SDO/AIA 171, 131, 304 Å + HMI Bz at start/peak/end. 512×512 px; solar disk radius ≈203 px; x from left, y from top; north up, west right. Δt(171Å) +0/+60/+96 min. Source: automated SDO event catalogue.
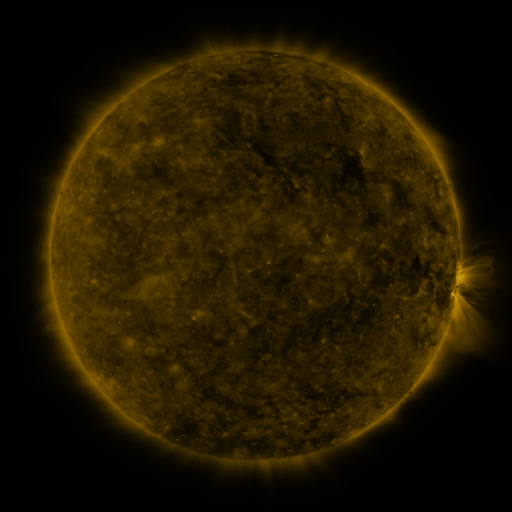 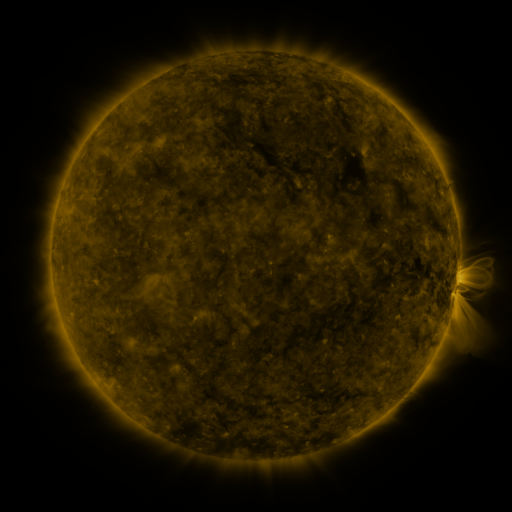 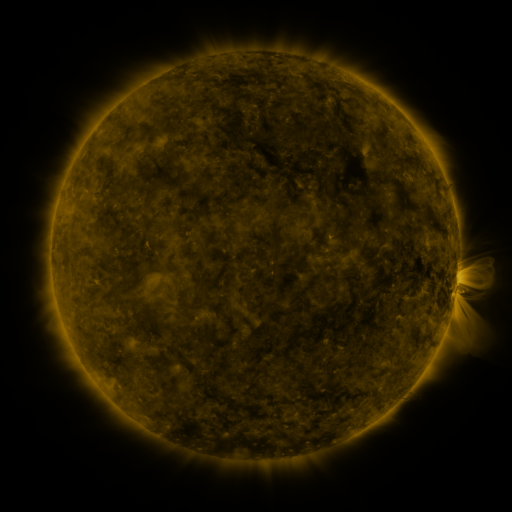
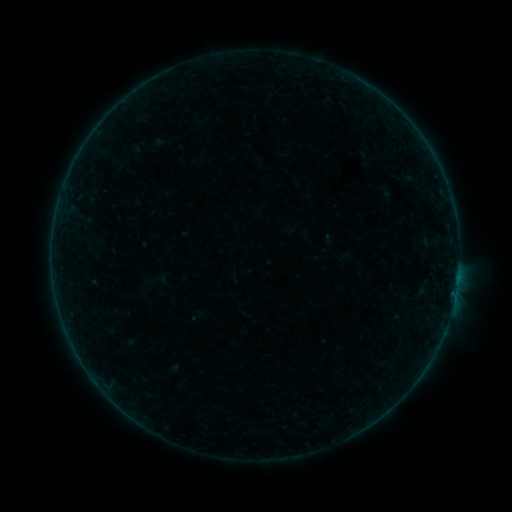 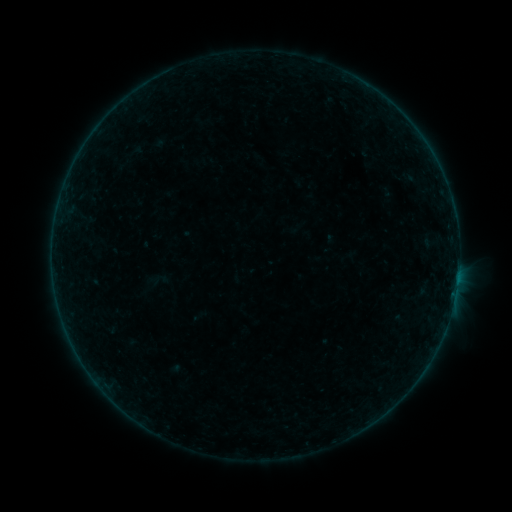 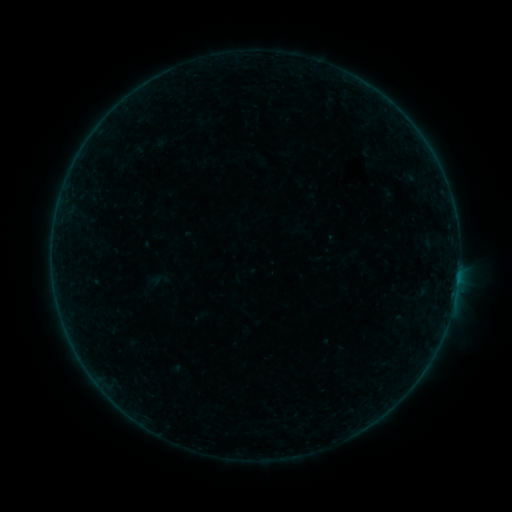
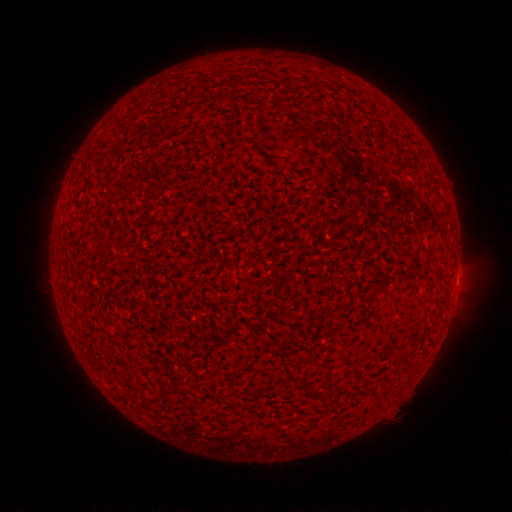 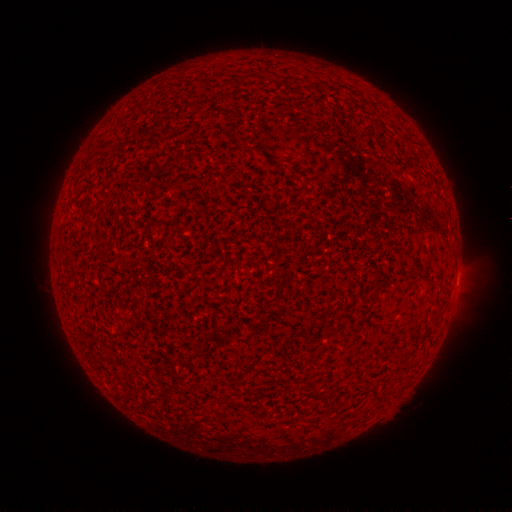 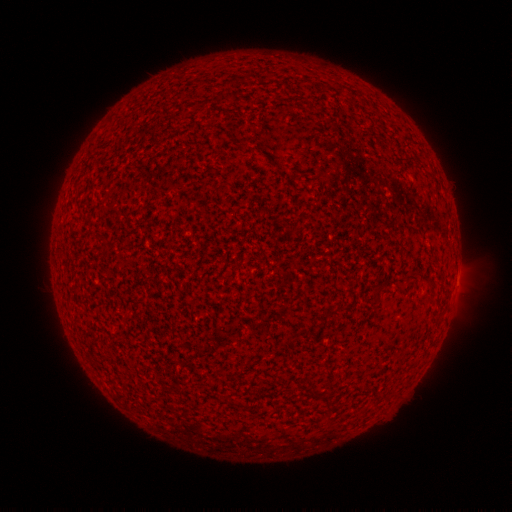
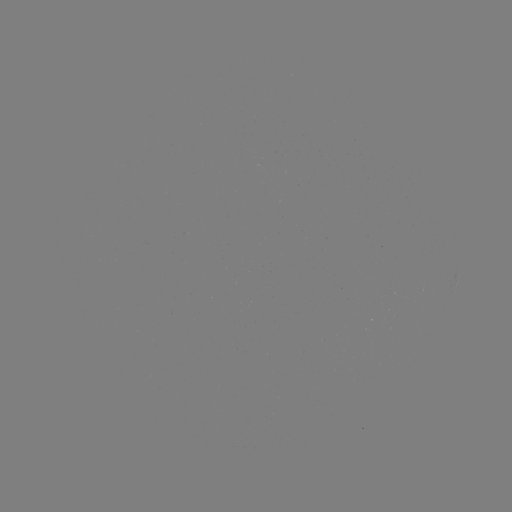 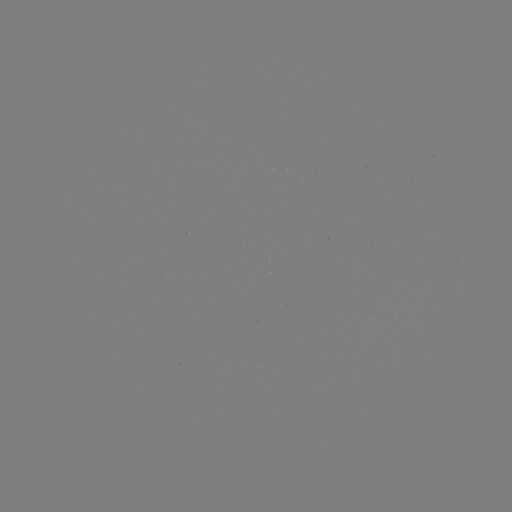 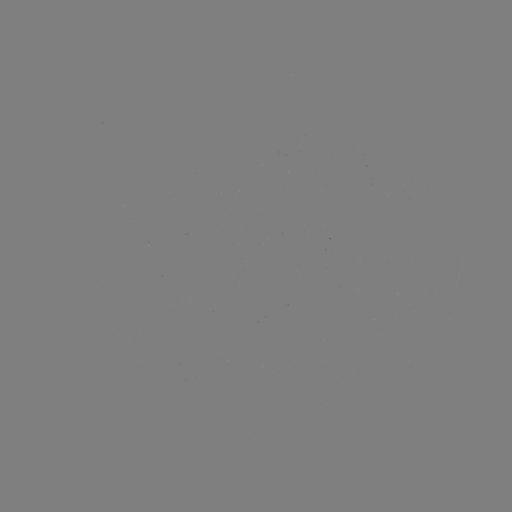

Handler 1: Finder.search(emerging-flux region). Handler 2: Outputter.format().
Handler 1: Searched emerging-flux region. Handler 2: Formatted [409, 179].